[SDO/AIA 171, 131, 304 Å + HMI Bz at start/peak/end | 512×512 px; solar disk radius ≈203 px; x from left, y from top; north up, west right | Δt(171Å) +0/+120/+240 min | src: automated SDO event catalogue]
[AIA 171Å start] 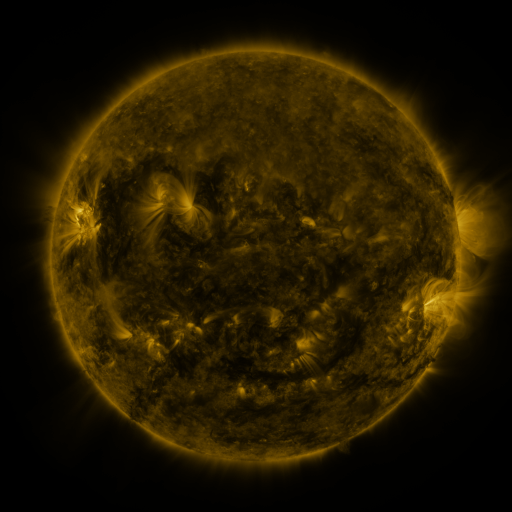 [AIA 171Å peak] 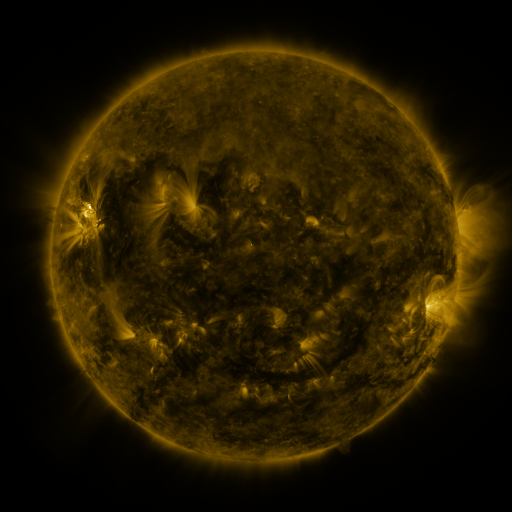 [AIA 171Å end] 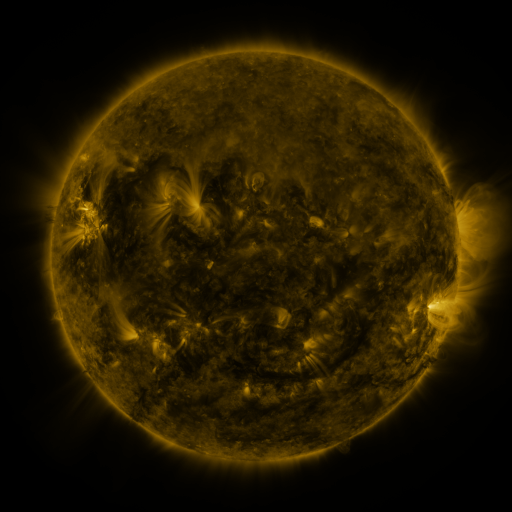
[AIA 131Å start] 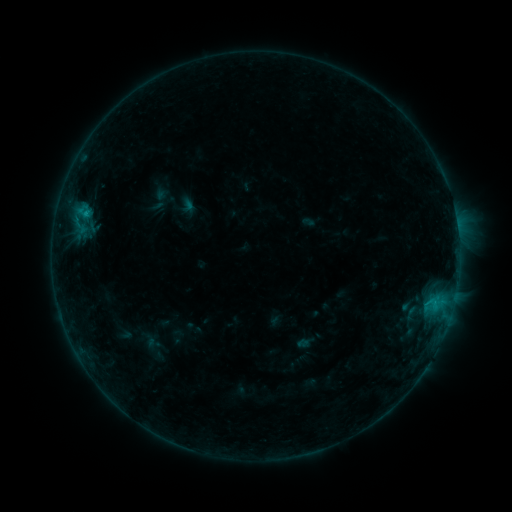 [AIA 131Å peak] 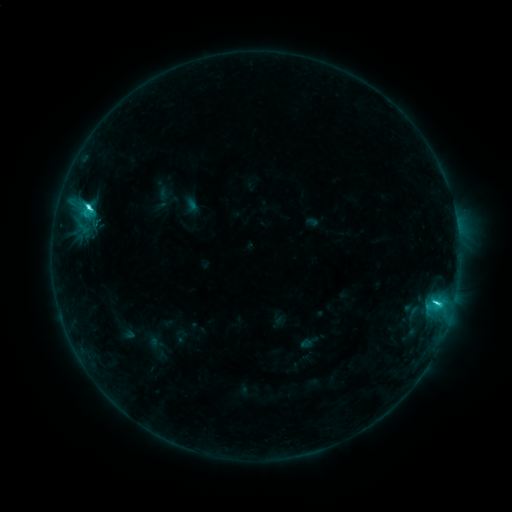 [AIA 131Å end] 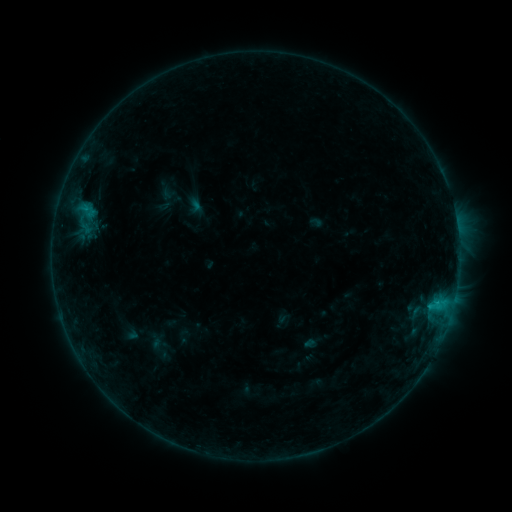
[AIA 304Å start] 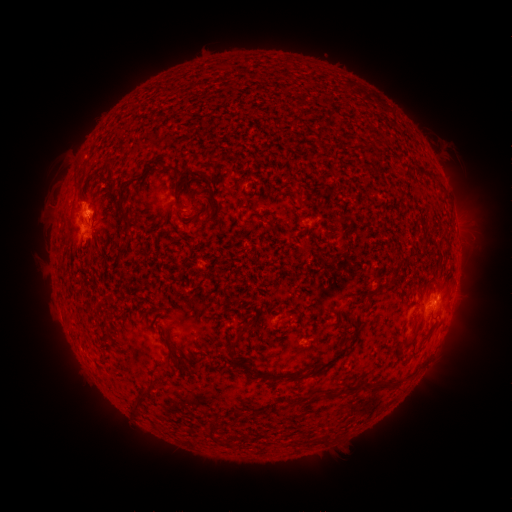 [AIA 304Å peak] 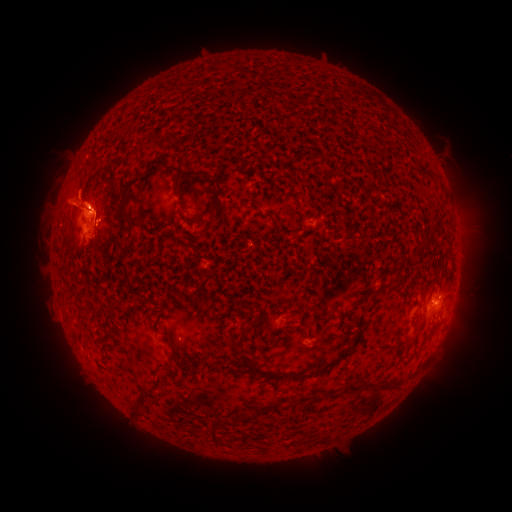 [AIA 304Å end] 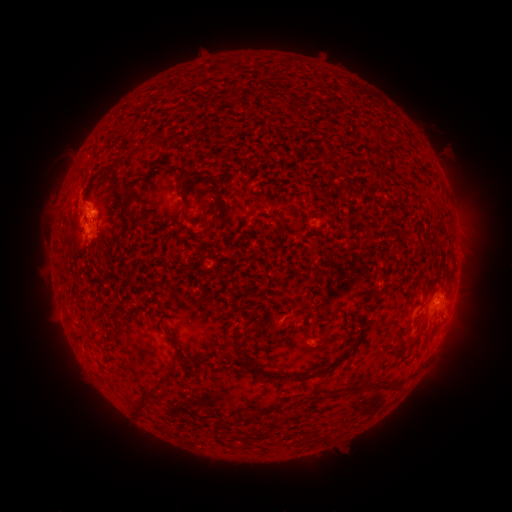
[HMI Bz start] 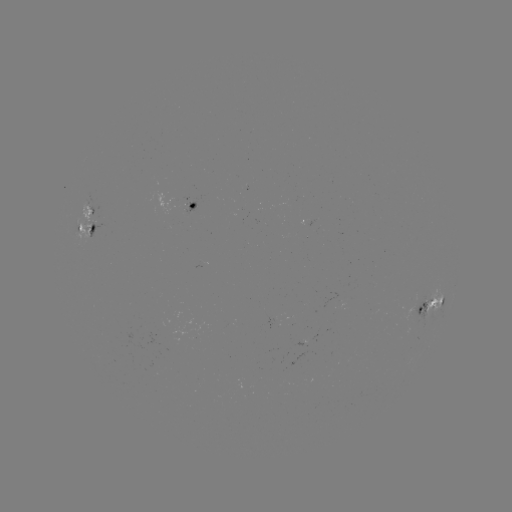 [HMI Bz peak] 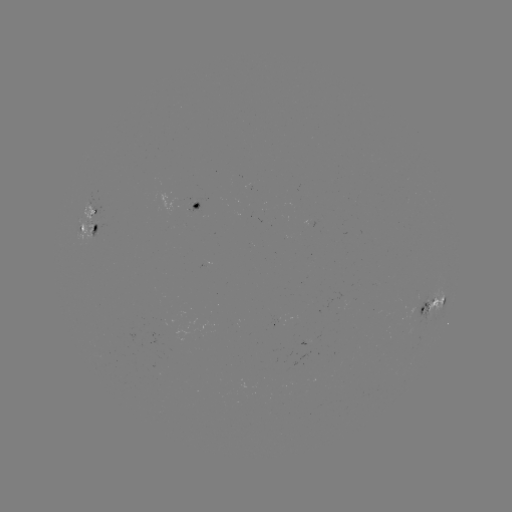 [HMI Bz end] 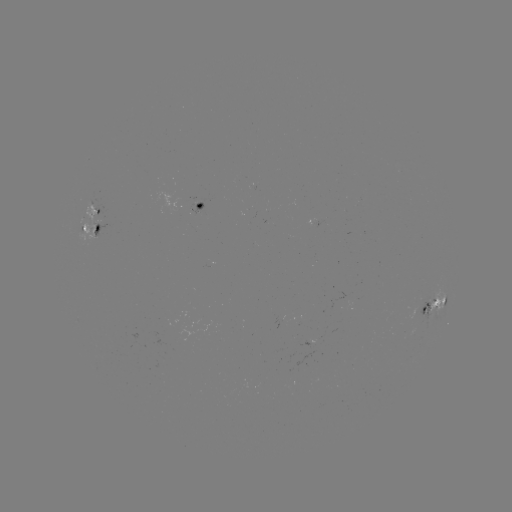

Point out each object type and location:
filament eruption: (75, 230)
